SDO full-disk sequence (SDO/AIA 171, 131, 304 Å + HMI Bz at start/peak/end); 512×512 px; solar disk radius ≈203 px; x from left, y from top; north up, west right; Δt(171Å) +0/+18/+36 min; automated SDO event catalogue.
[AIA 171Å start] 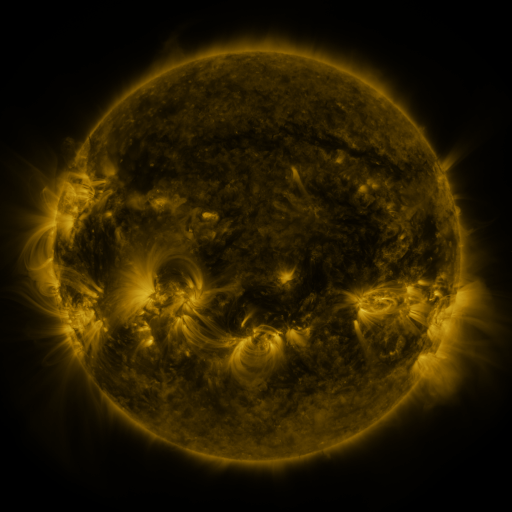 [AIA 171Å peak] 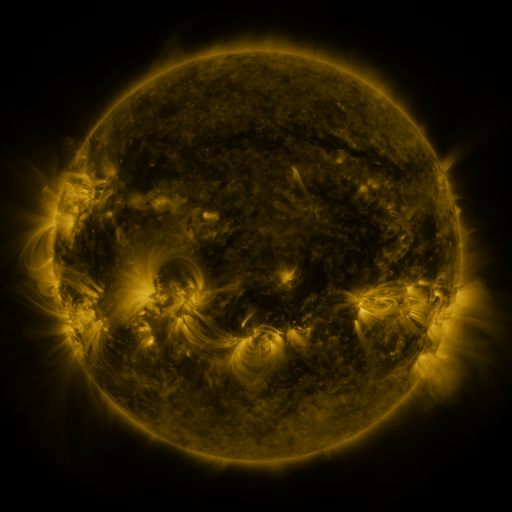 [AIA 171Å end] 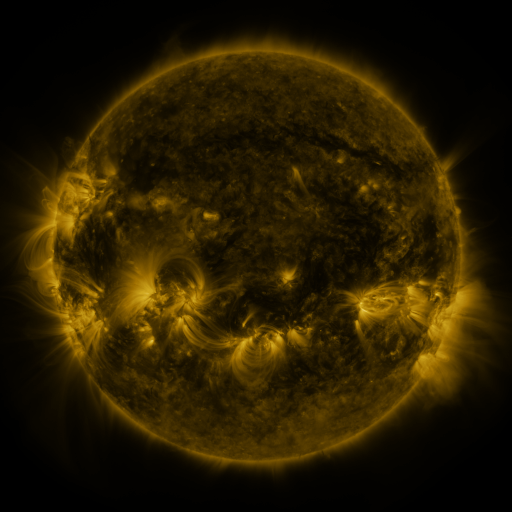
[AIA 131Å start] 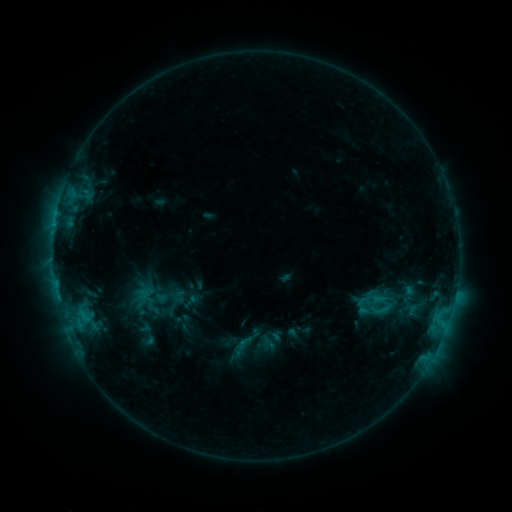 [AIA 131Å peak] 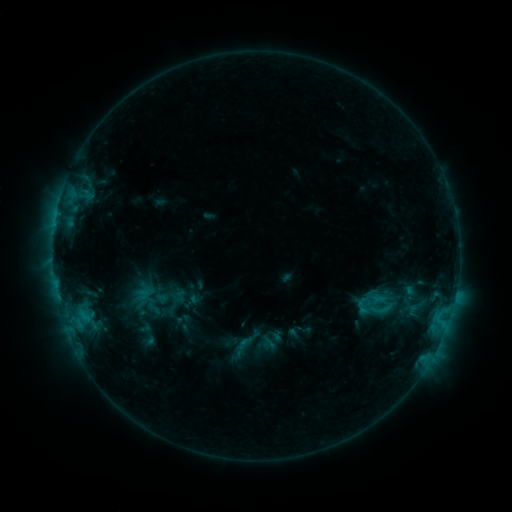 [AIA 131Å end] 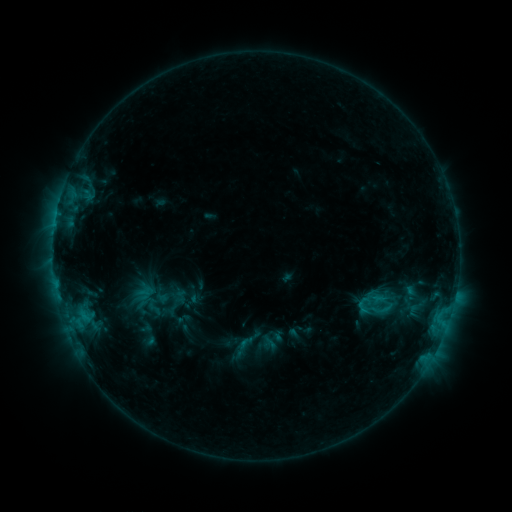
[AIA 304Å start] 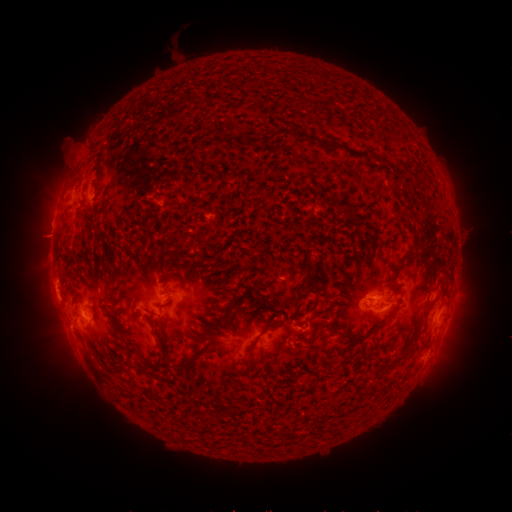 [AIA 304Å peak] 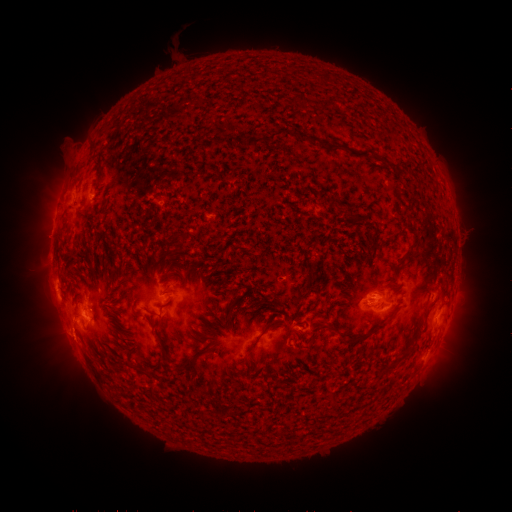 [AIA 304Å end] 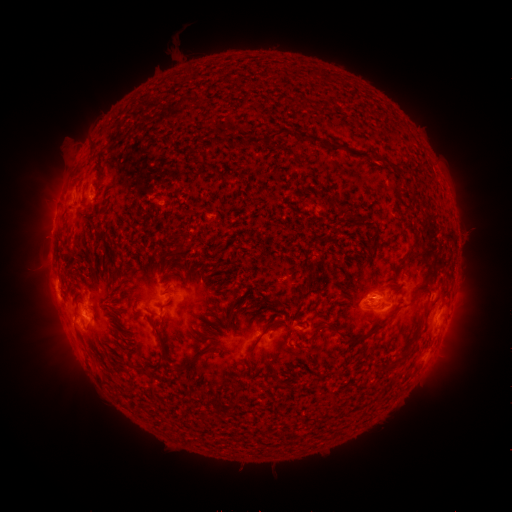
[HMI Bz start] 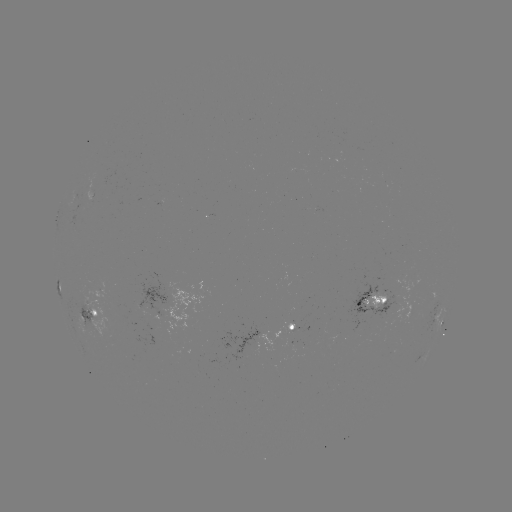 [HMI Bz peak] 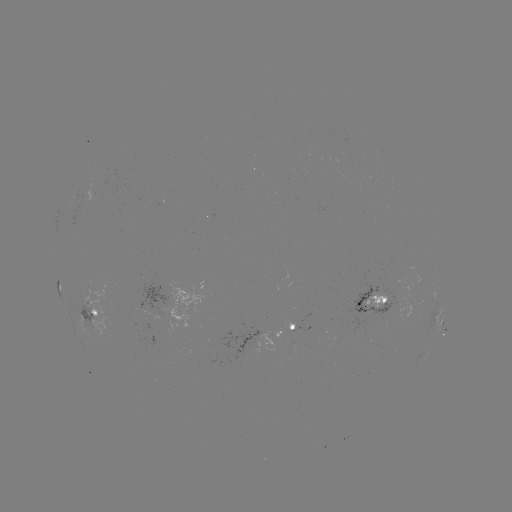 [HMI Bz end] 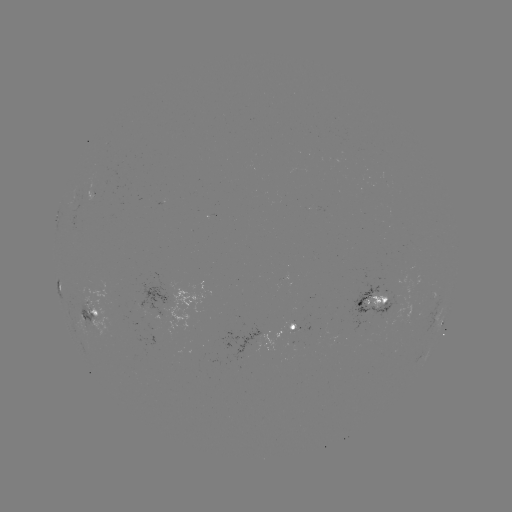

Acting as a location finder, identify eruption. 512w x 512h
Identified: (71, 345).